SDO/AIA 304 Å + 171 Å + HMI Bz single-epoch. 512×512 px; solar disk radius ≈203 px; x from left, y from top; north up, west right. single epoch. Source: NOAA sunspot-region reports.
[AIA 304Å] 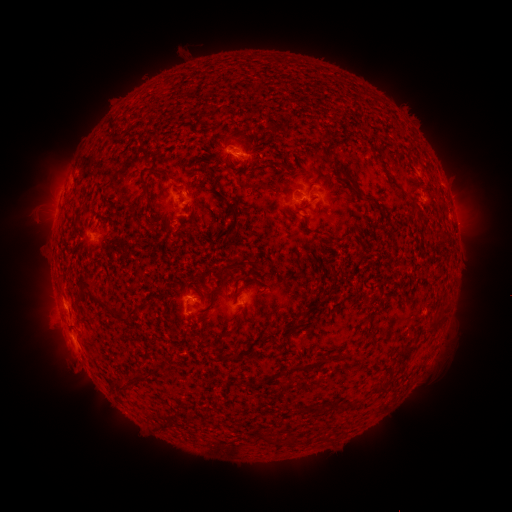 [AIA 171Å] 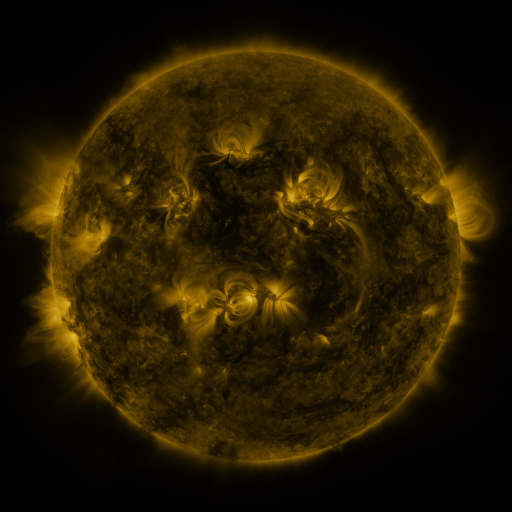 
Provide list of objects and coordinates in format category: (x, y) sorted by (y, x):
spotted active region: (237, 150)
spotted active region: (300, 196)
spotted active region: (197, 200)
spotted active region: (96, 231)
spotted active region: (198, 302)
spotted active region: (80, 335)
